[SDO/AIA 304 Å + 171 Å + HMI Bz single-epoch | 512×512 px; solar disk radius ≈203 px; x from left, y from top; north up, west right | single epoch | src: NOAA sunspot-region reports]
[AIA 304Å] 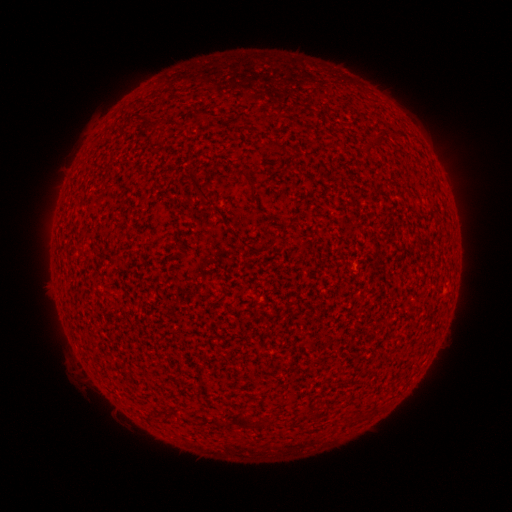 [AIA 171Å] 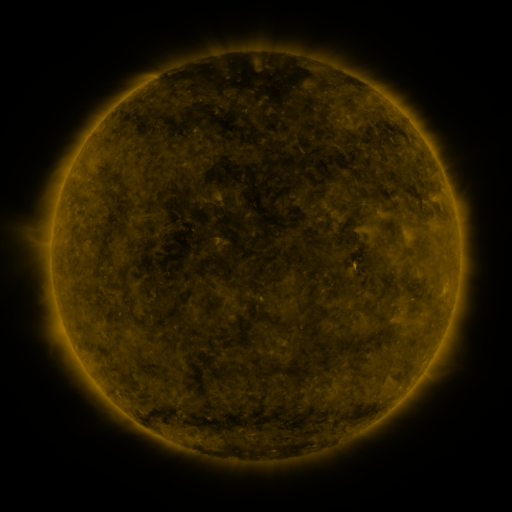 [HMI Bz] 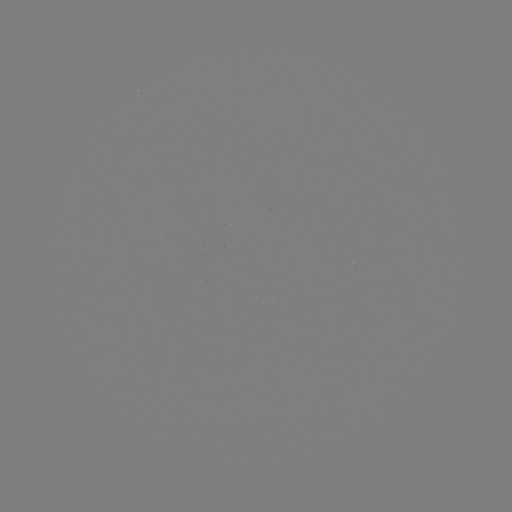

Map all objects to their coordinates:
(none)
